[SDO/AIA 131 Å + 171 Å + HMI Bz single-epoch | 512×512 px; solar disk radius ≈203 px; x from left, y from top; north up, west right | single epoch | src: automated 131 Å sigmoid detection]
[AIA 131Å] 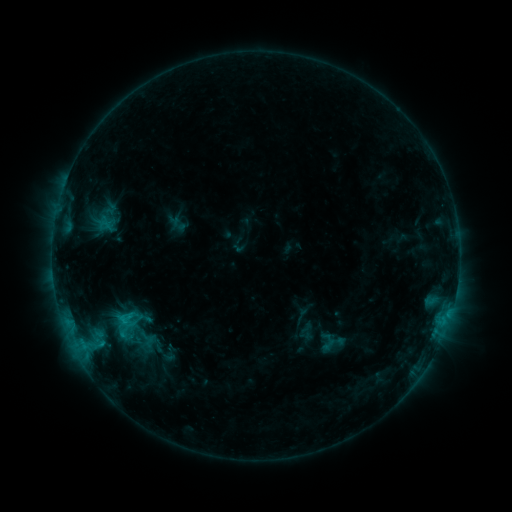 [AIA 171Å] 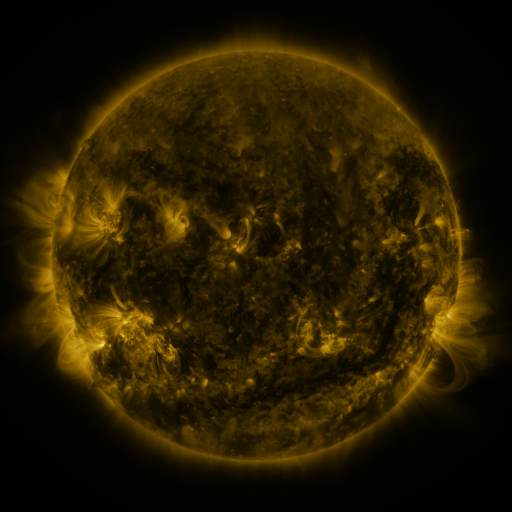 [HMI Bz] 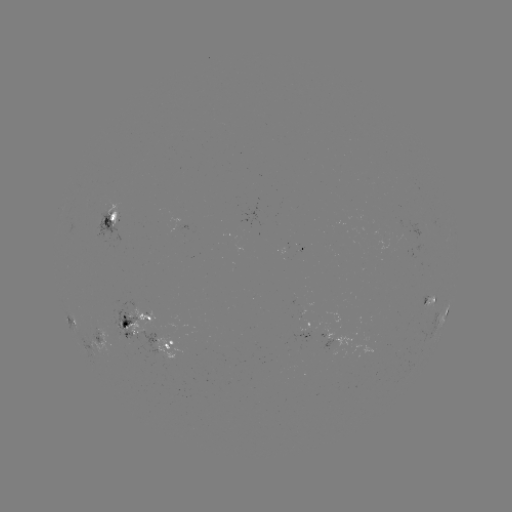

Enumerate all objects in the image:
sigmoid: (107, 312, 146, 347)
